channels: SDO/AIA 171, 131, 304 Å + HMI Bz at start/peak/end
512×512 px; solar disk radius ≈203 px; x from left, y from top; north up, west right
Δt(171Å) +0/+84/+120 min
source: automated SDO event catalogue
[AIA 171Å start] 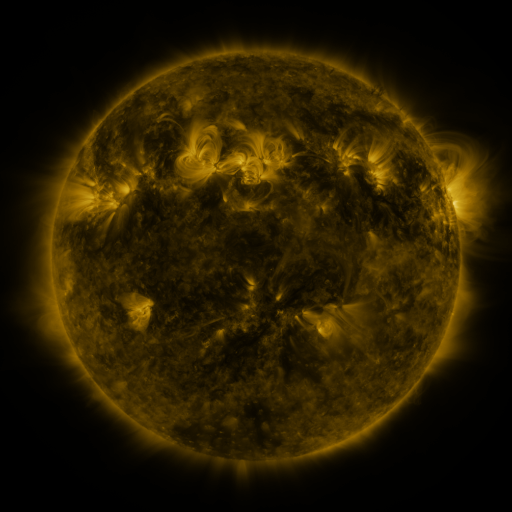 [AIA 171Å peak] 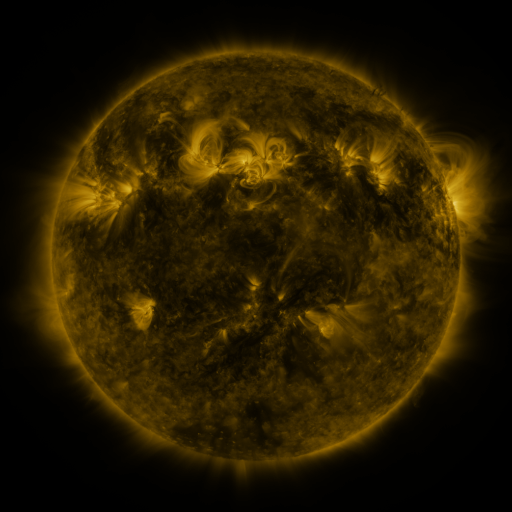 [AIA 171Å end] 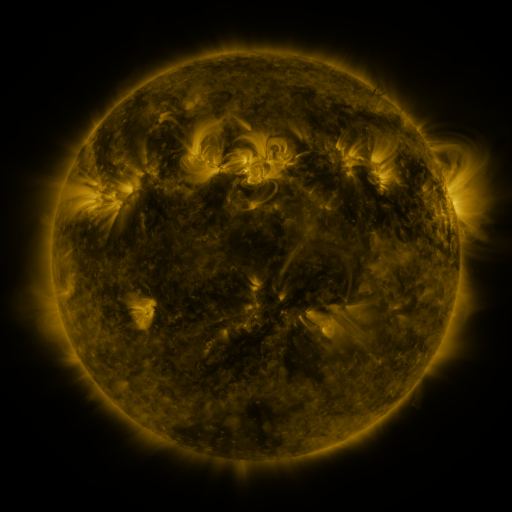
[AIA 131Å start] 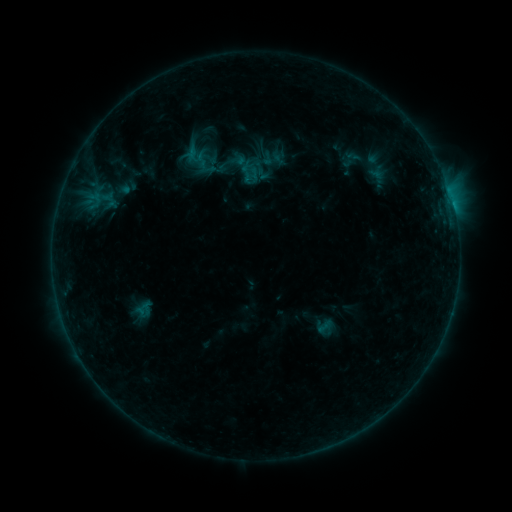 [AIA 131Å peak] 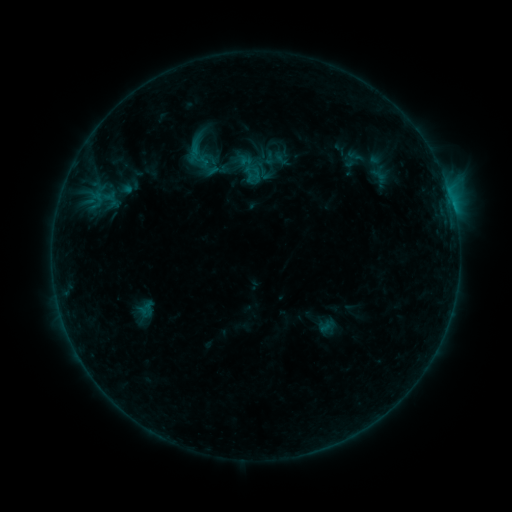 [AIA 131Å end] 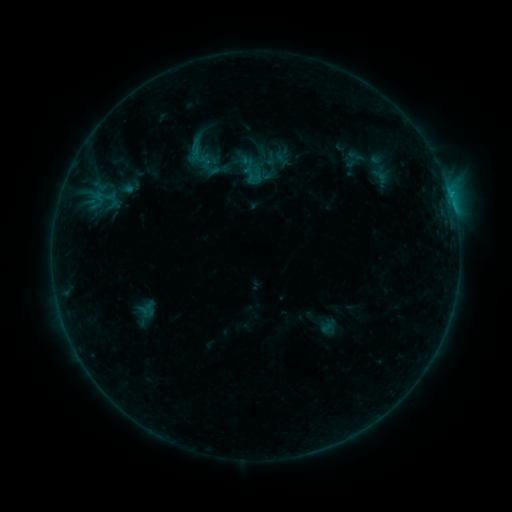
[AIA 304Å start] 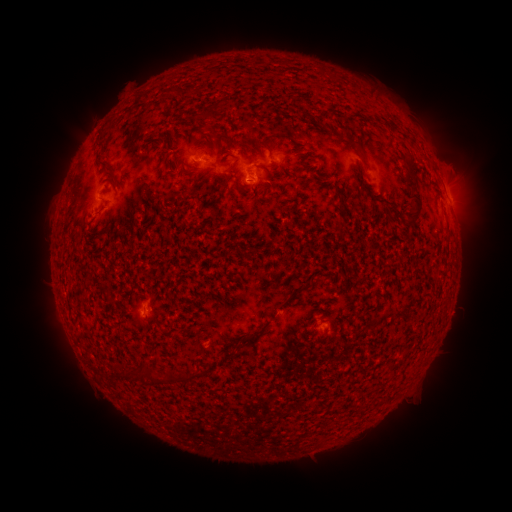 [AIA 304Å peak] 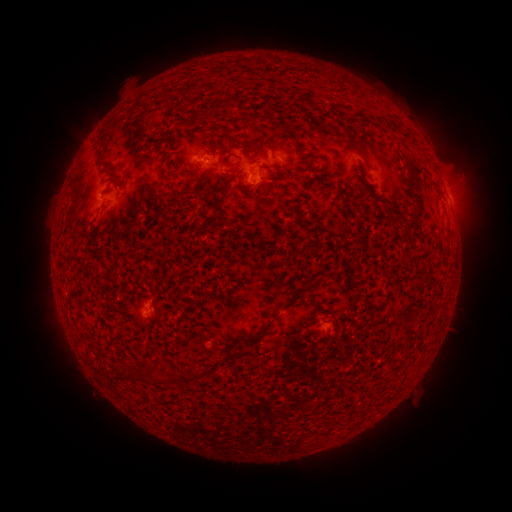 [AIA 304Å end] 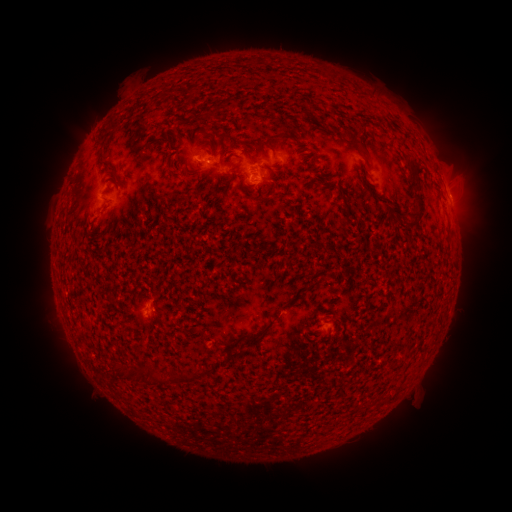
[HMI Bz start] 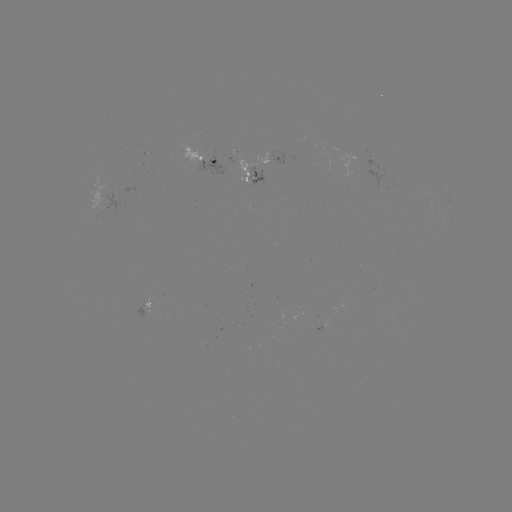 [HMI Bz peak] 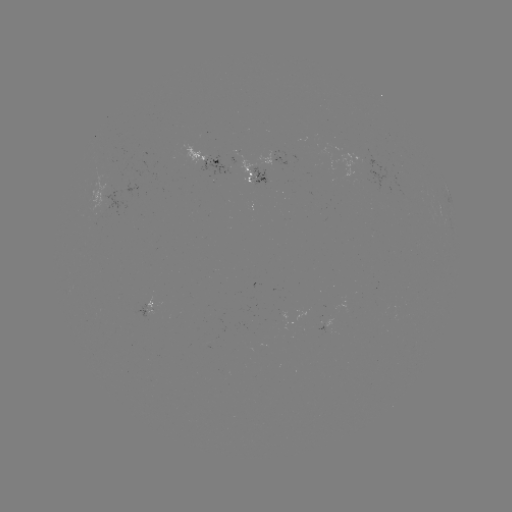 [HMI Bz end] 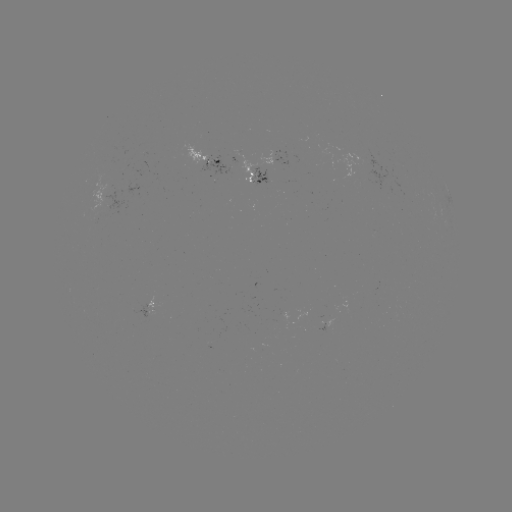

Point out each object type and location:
emerging-flux region: (206, 164)
